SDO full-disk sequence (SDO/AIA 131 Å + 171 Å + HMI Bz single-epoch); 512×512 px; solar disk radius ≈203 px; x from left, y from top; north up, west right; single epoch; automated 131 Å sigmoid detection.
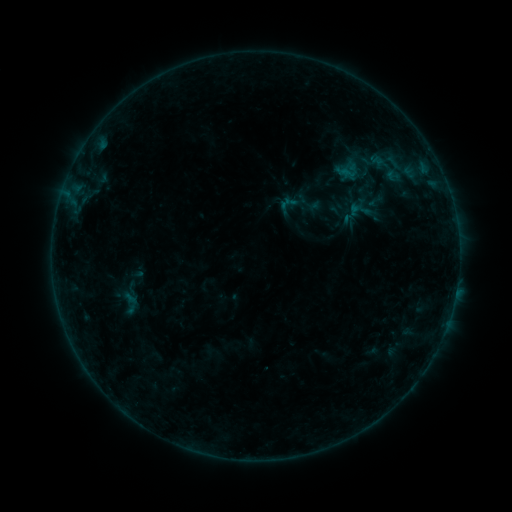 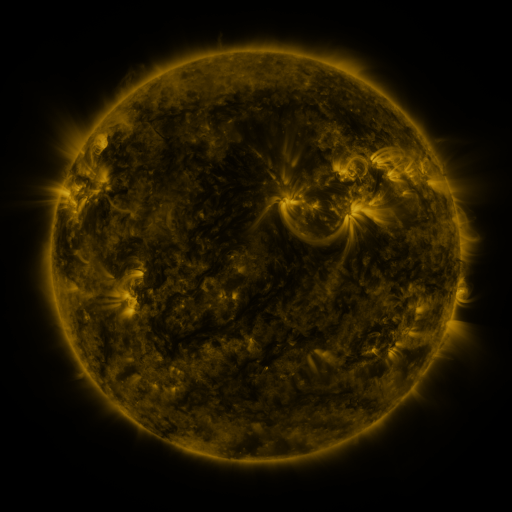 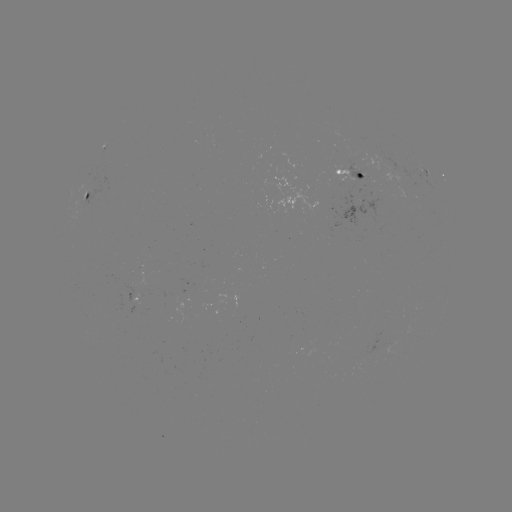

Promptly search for sigmoid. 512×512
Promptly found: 379,165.